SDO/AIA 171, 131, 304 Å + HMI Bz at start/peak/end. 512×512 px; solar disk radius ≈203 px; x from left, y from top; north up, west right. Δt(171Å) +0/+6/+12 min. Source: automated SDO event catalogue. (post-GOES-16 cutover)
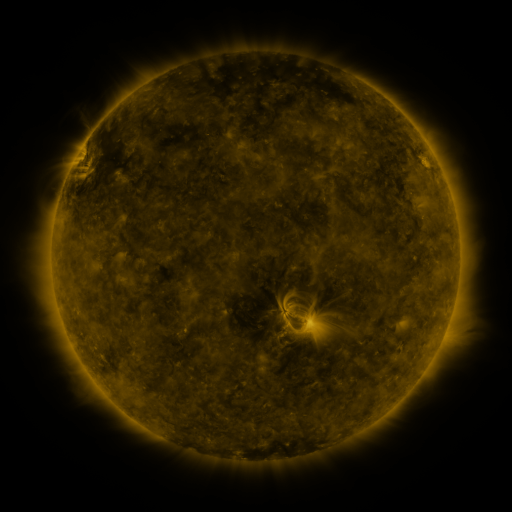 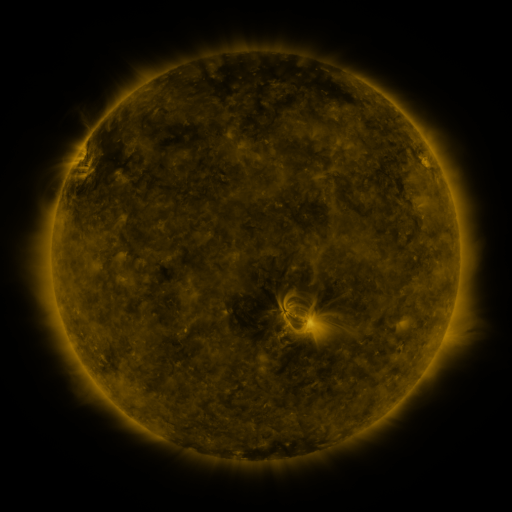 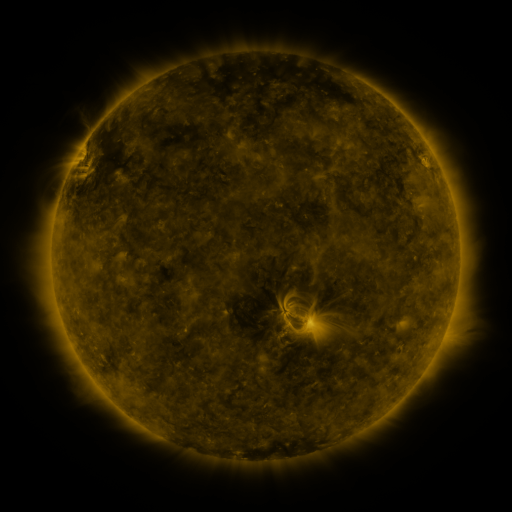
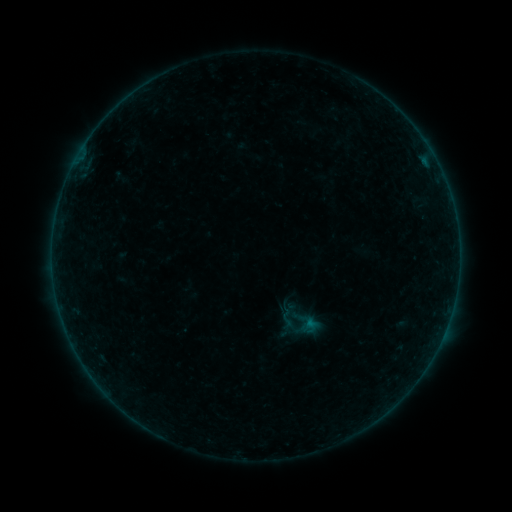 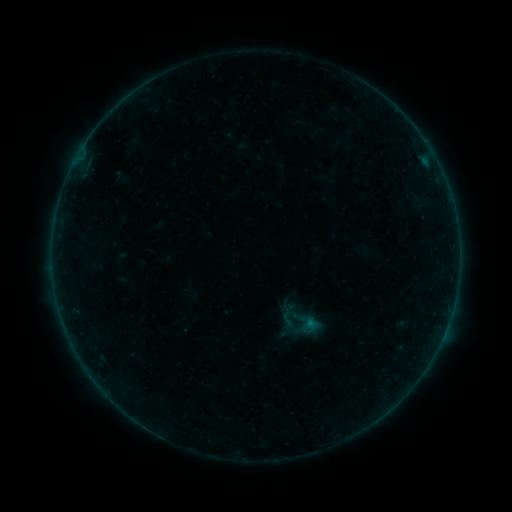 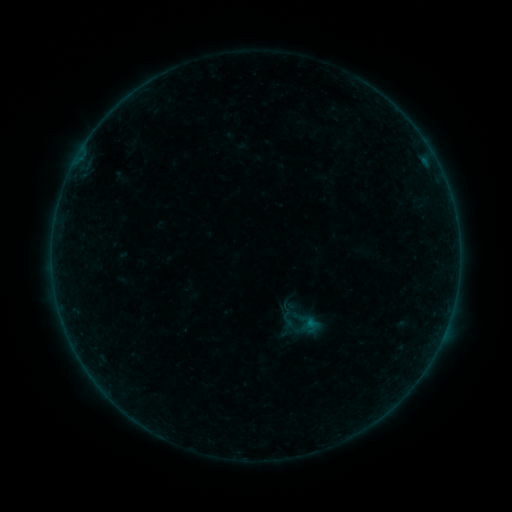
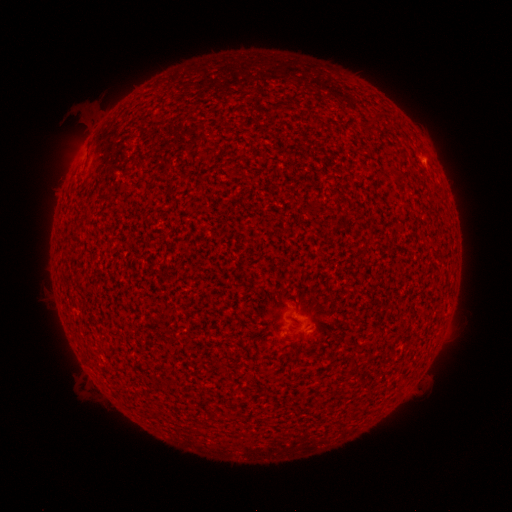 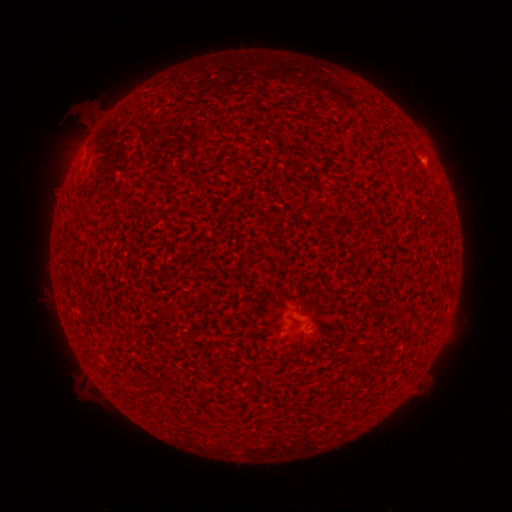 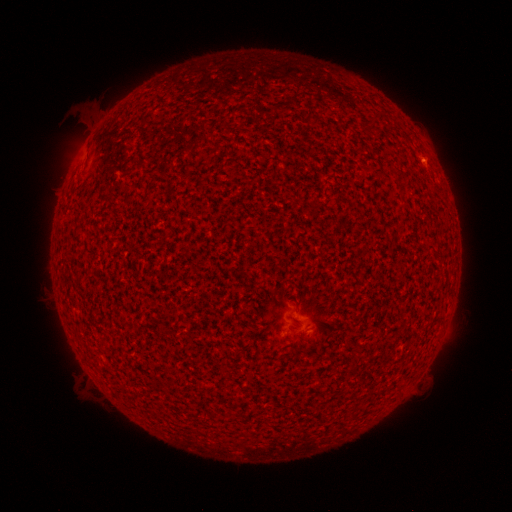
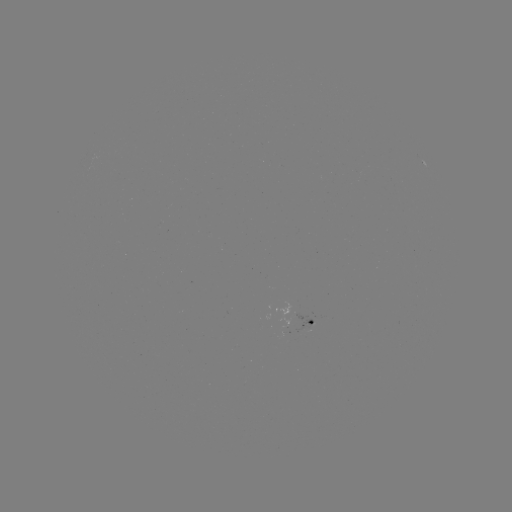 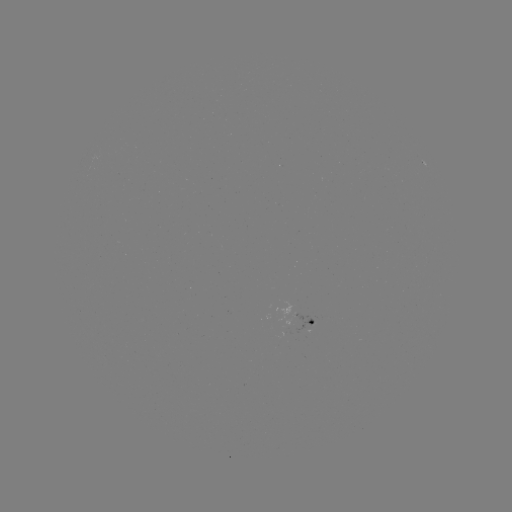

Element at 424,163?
A6.4 flare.